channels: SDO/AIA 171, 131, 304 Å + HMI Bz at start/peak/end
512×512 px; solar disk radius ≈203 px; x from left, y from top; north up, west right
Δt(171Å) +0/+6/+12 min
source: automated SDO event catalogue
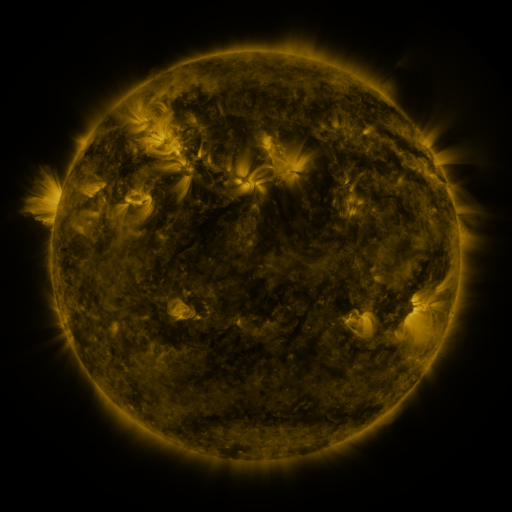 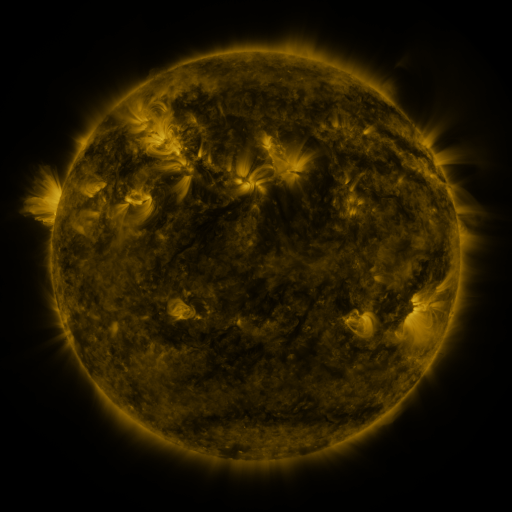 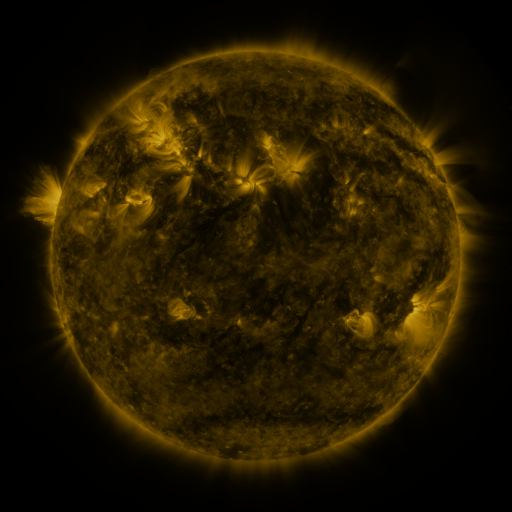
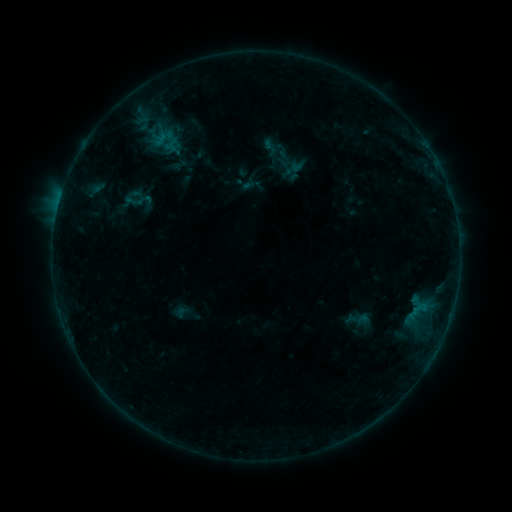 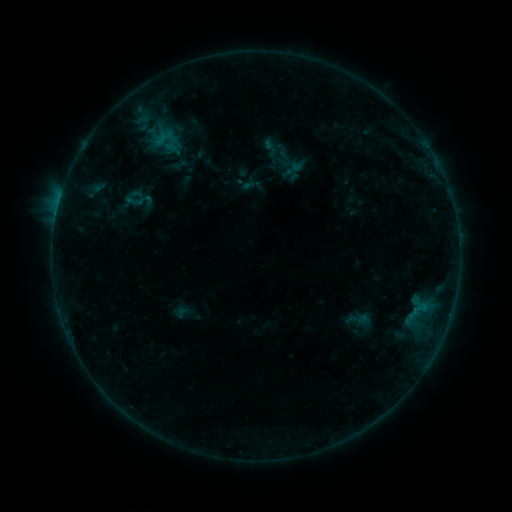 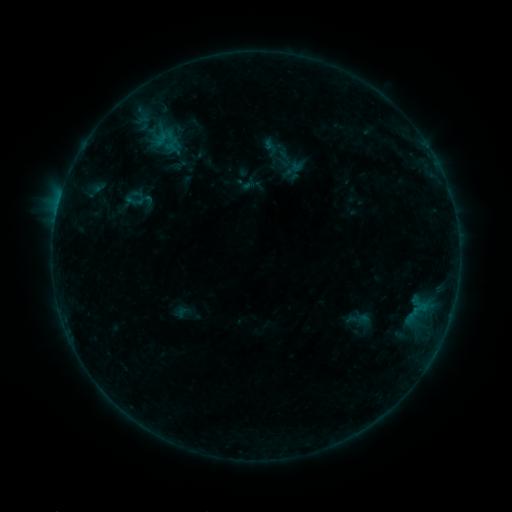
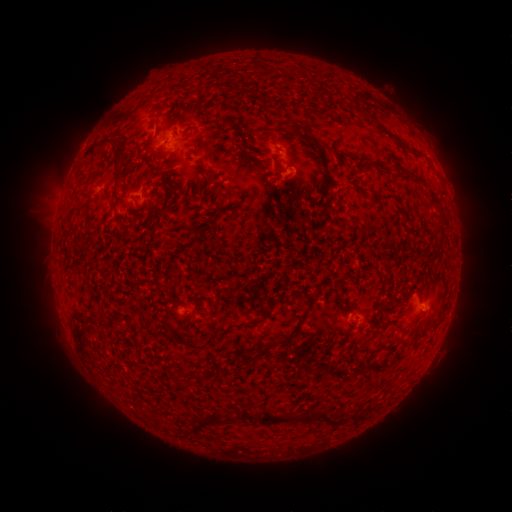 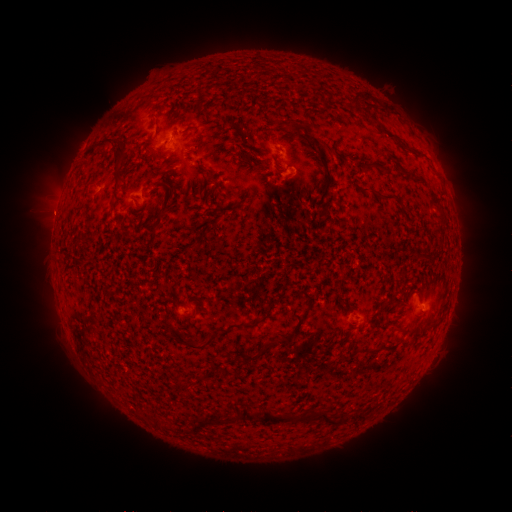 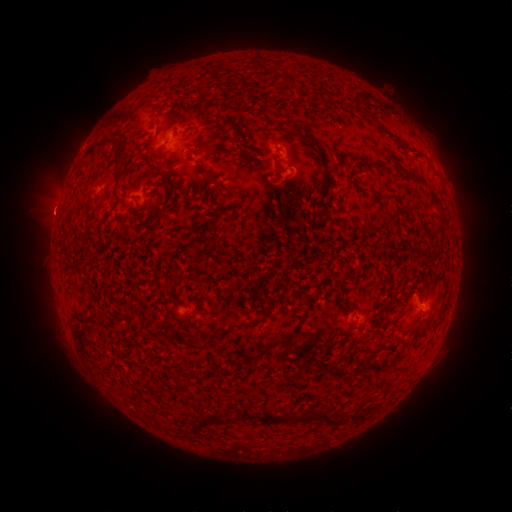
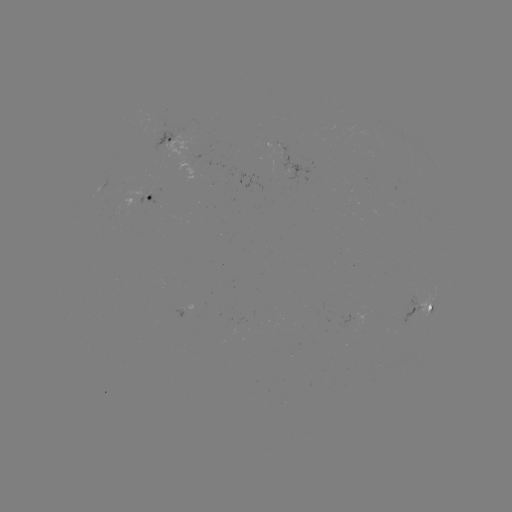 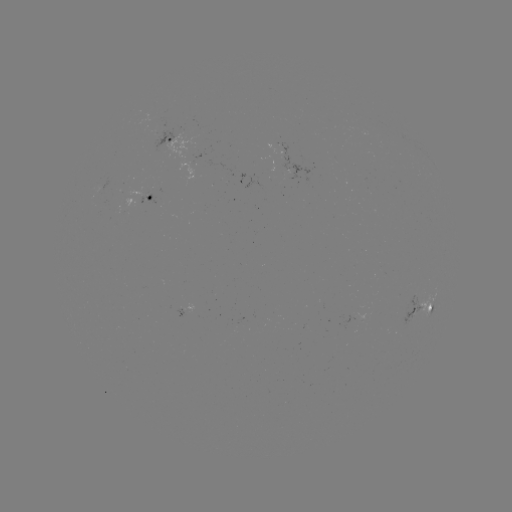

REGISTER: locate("eruption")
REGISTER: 52,213